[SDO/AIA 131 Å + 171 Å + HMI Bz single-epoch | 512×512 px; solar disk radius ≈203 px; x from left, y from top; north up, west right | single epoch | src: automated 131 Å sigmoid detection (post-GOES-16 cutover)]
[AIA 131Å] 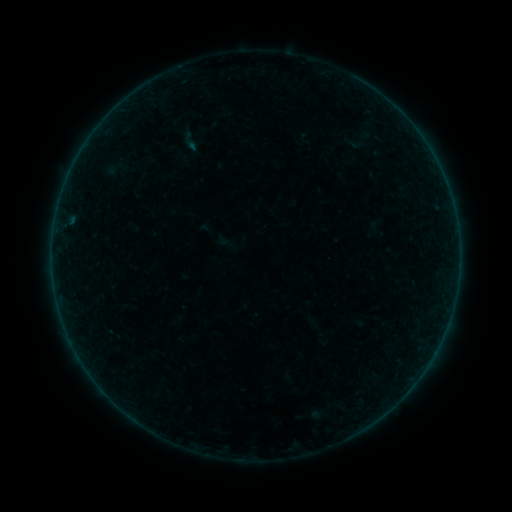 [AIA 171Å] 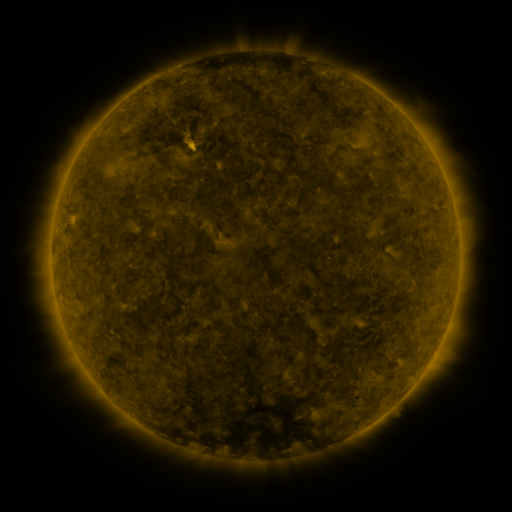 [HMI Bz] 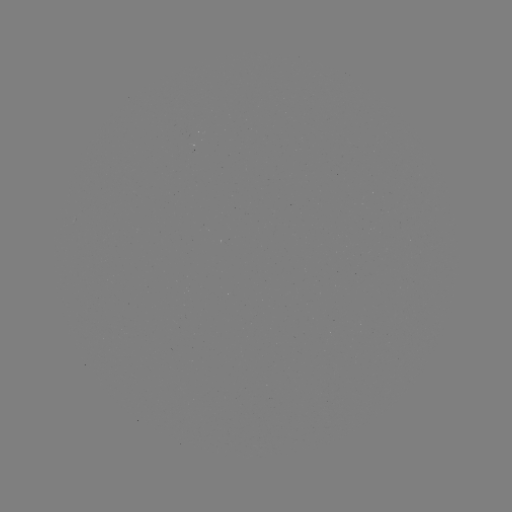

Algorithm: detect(sigmoid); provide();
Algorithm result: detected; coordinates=(190, 141)